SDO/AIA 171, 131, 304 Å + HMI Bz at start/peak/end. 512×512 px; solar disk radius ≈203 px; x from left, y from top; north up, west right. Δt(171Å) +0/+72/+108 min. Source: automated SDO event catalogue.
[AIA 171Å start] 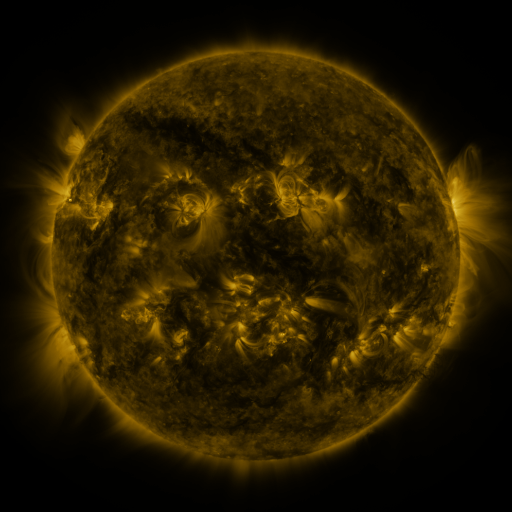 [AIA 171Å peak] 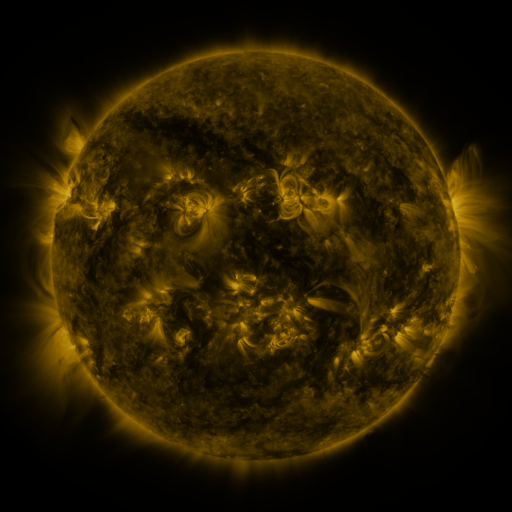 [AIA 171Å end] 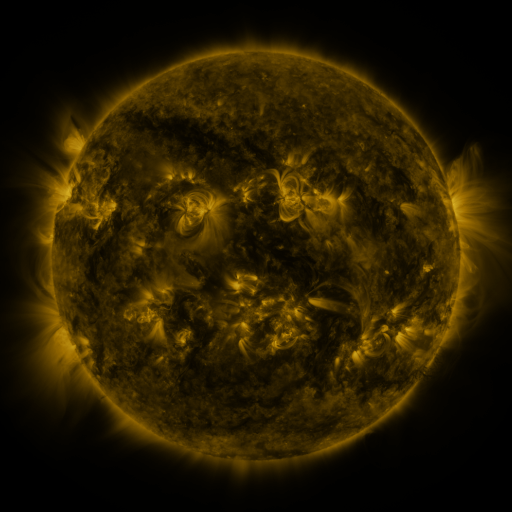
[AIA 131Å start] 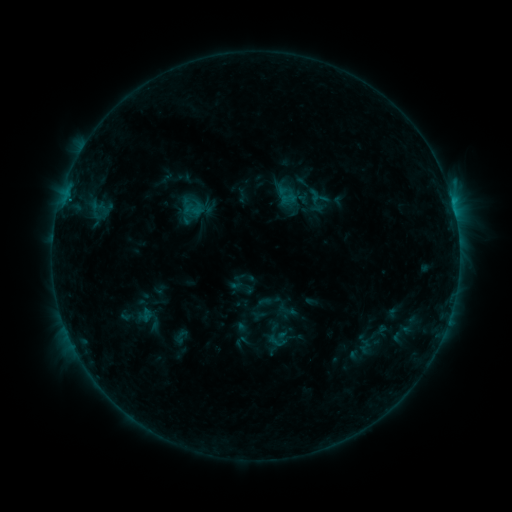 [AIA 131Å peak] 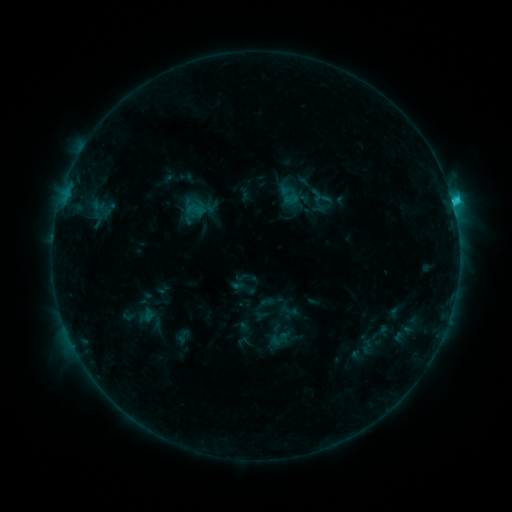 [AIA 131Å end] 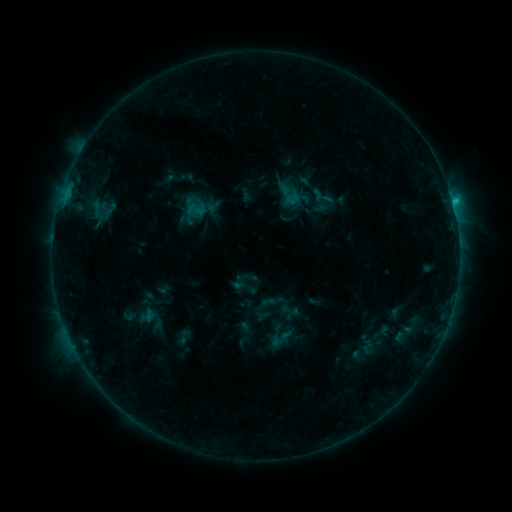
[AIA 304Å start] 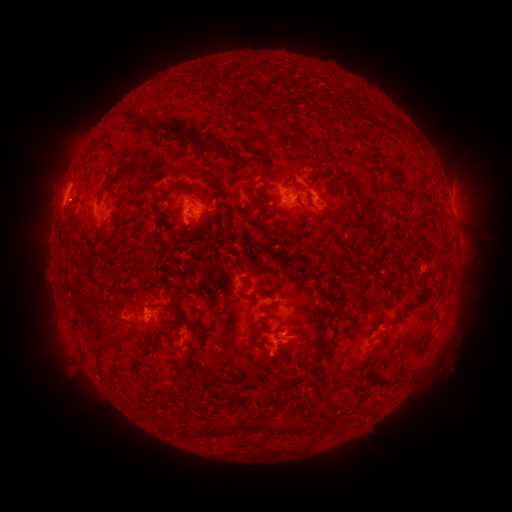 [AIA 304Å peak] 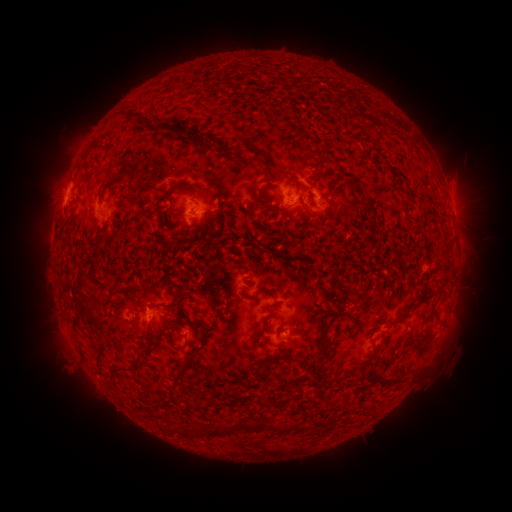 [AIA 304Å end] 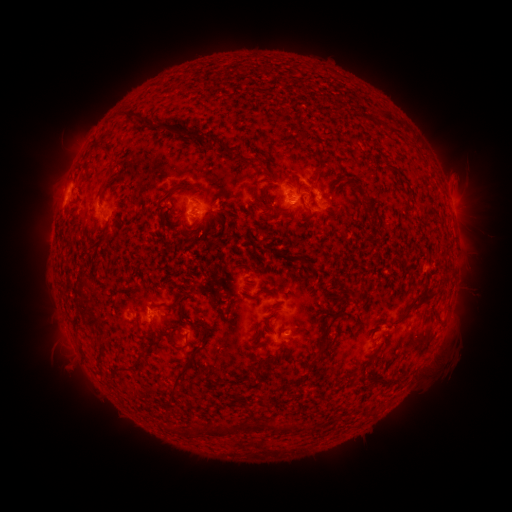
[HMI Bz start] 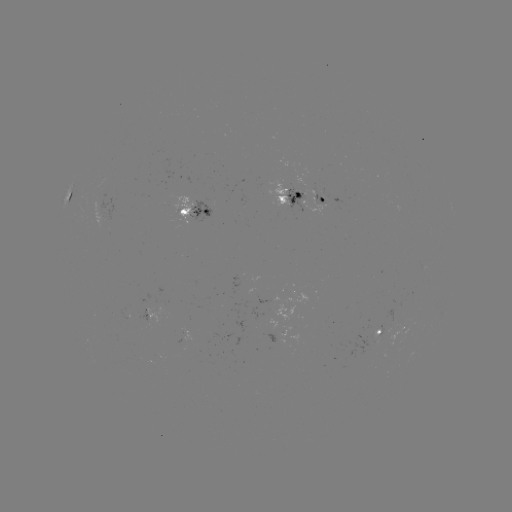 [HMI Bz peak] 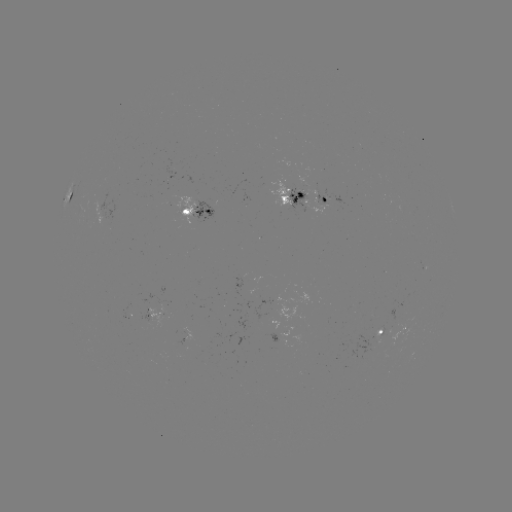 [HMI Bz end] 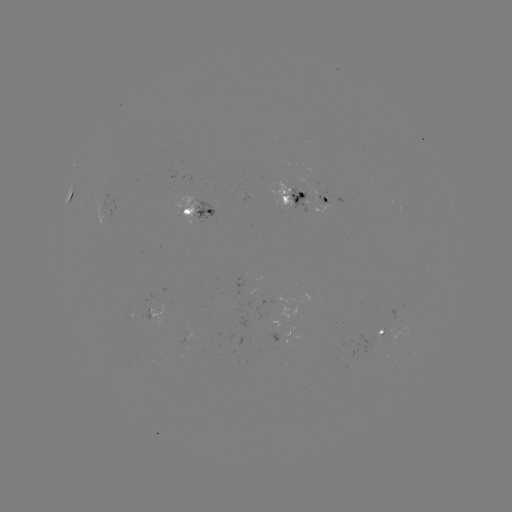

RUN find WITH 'emerging-flux region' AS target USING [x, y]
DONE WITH [98, 205] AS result